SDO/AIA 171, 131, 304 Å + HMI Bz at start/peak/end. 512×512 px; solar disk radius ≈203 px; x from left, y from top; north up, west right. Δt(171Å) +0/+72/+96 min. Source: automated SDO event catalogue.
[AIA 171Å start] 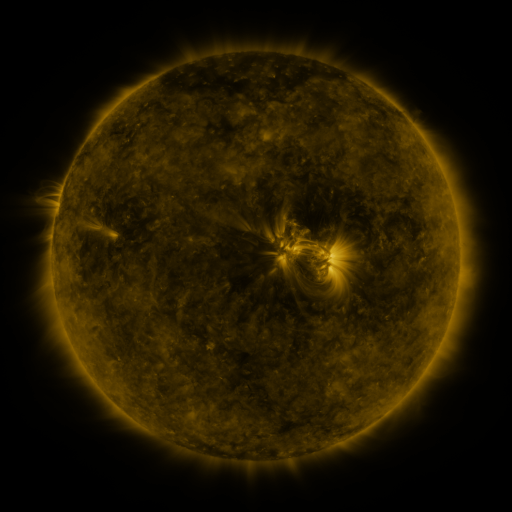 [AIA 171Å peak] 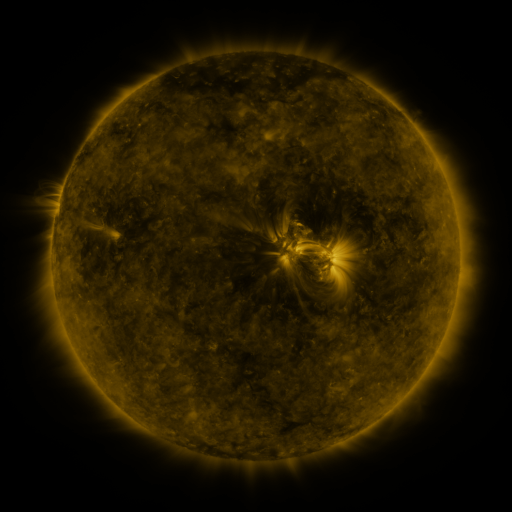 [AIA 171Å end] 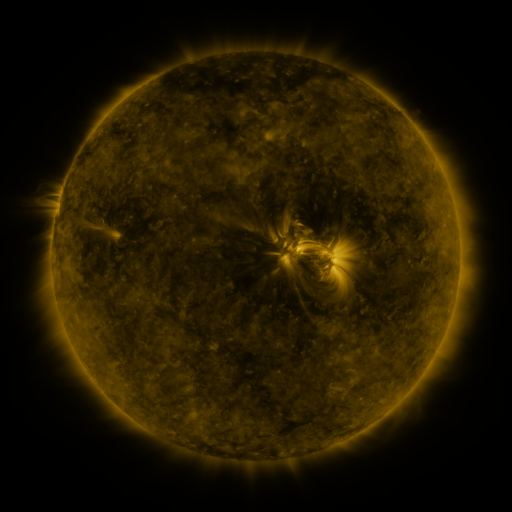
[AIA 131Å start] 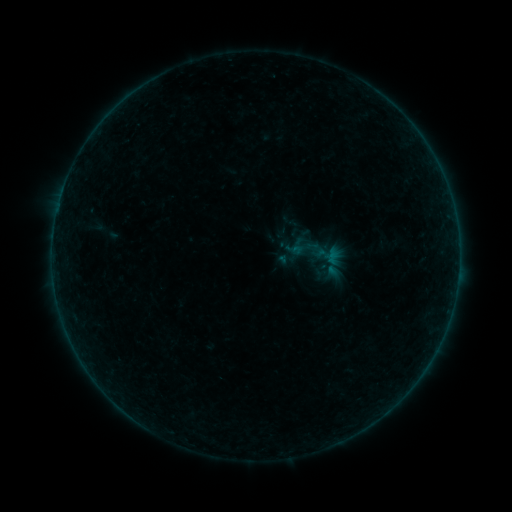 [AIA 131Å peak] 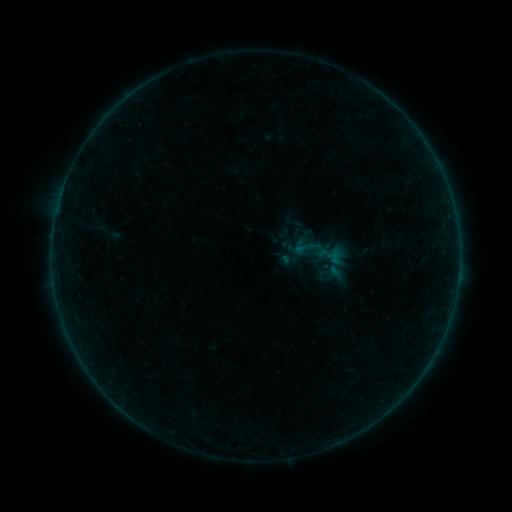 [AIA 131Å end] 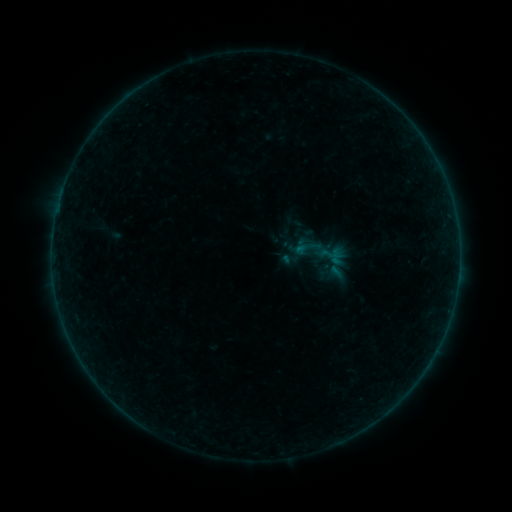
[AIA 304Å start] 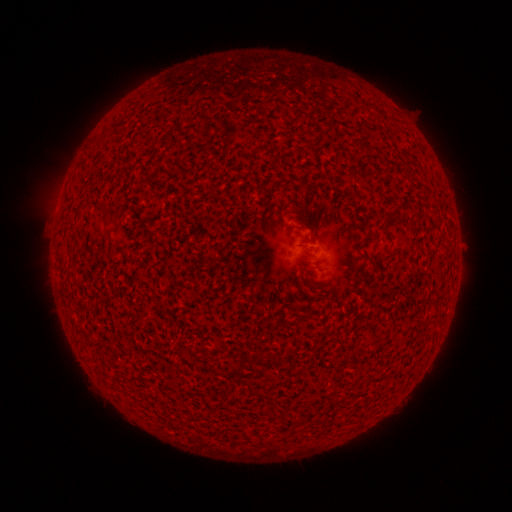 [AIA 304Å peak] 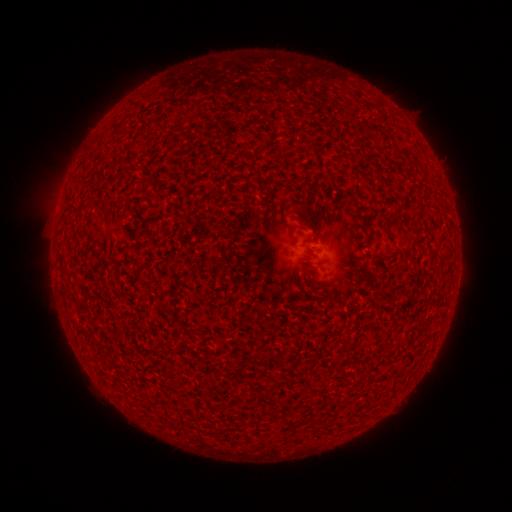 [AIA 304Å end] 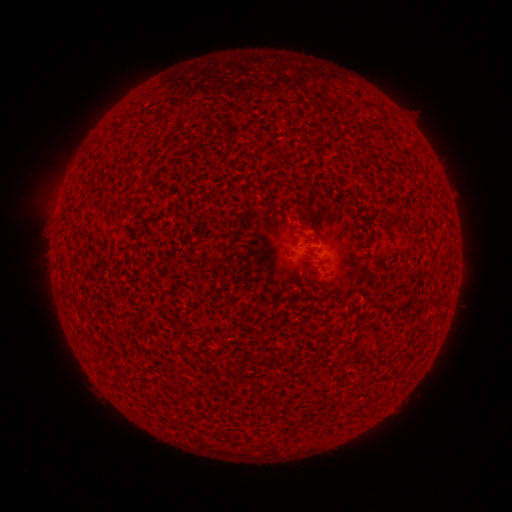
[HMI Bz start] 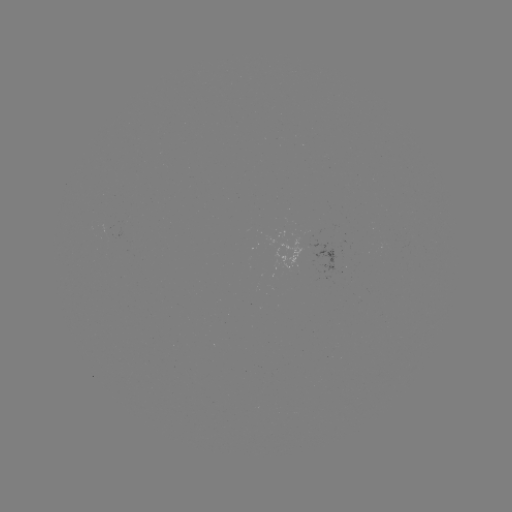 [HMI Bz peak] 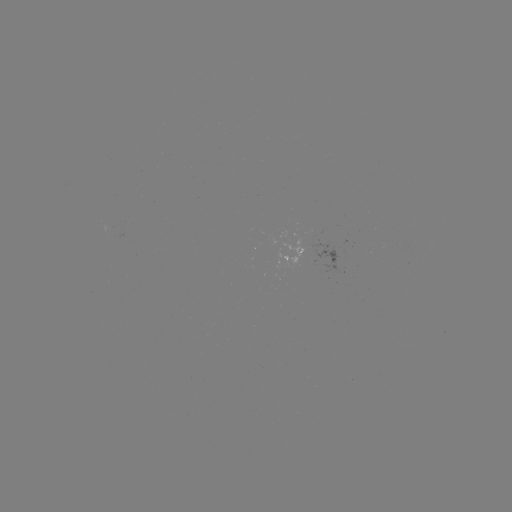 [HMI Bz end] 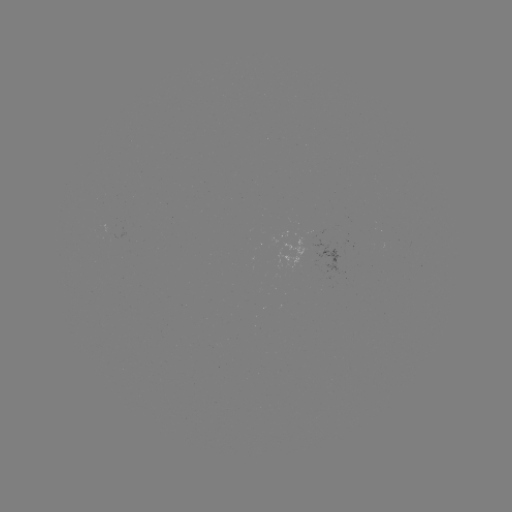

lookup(emerging-flux region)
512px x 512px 311,233